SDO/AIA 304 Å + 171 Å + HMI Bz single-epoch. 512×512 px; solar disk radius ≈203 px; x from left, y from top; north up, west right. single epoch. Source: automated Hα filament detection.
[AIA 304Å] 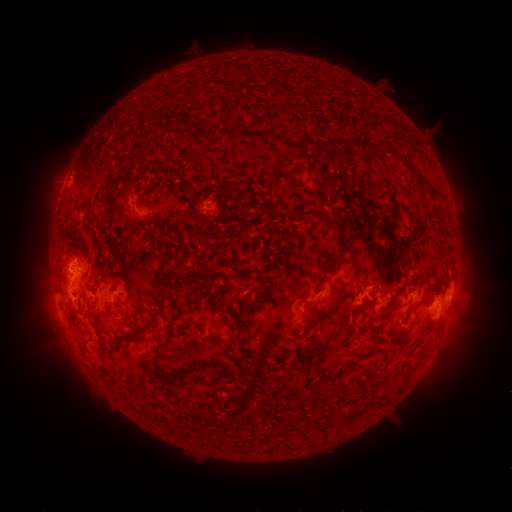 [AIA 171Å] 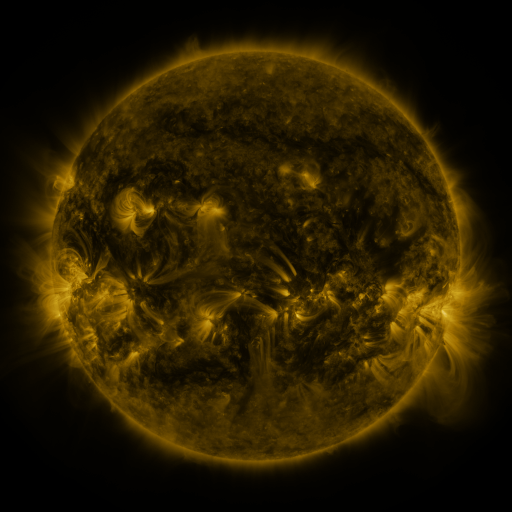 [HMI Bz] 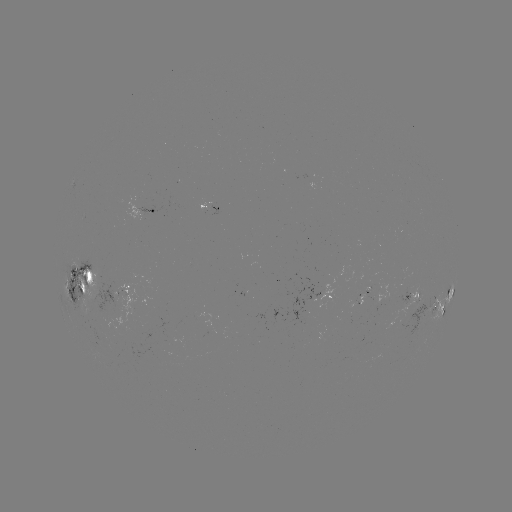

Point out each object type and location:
filament: (187, 131)
filament: (258, 136)
filament: (310, 172)
filament: (341, 231)
filament: (92, 251)
filament: (323, 284)
filament: (107, 313)
filament: (388, 316)
filament: (192, 322)
filament: (141, 327)
filament: (349, 329)
filament: (119, 338)
filament: (367, 358)
filament: (156, 359)
